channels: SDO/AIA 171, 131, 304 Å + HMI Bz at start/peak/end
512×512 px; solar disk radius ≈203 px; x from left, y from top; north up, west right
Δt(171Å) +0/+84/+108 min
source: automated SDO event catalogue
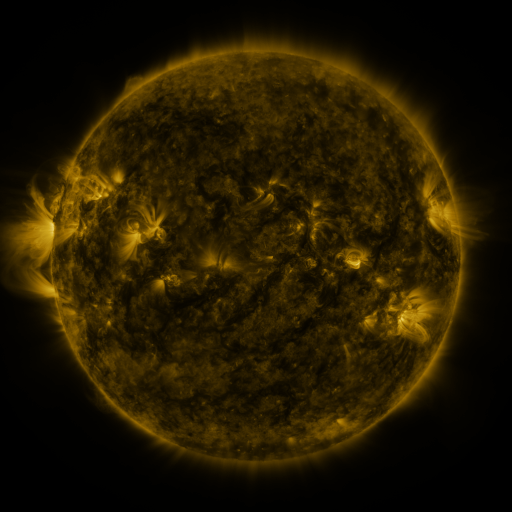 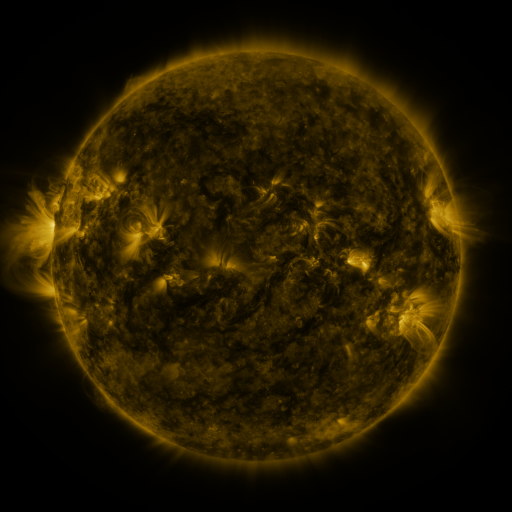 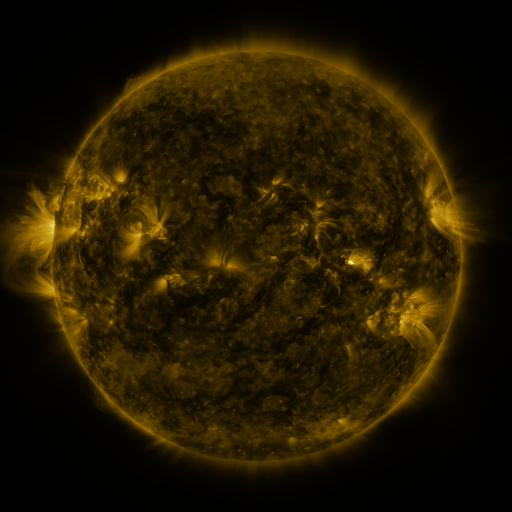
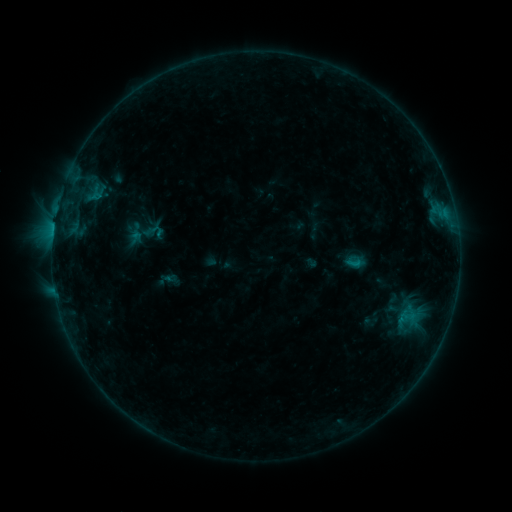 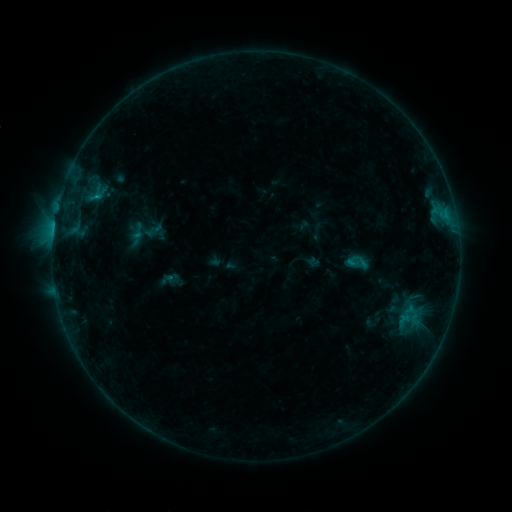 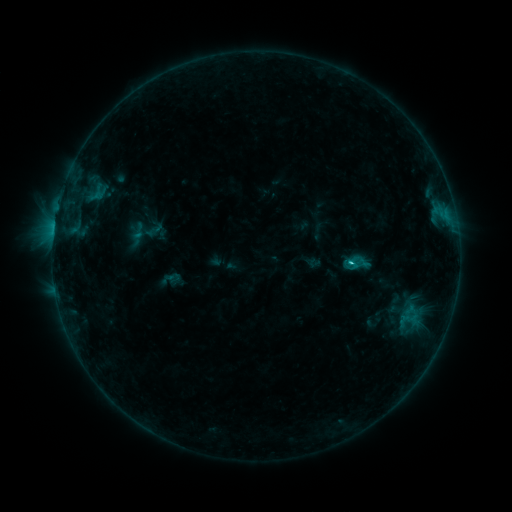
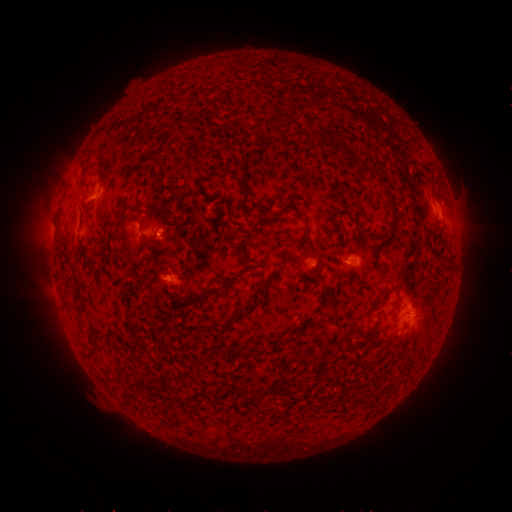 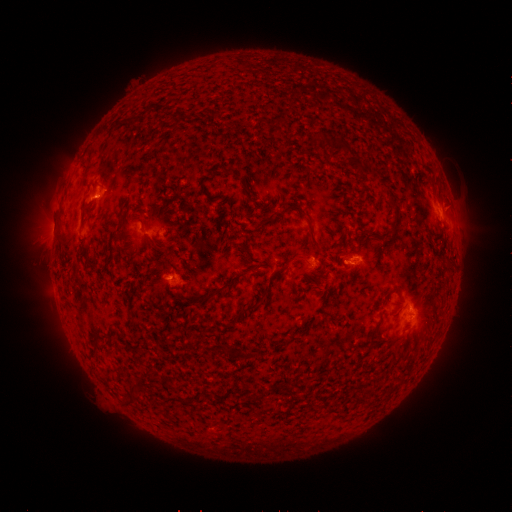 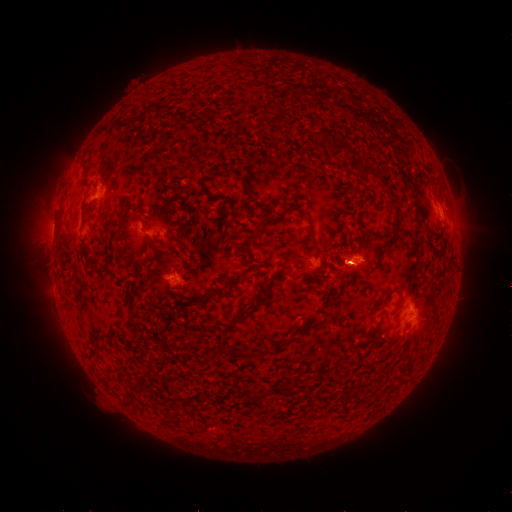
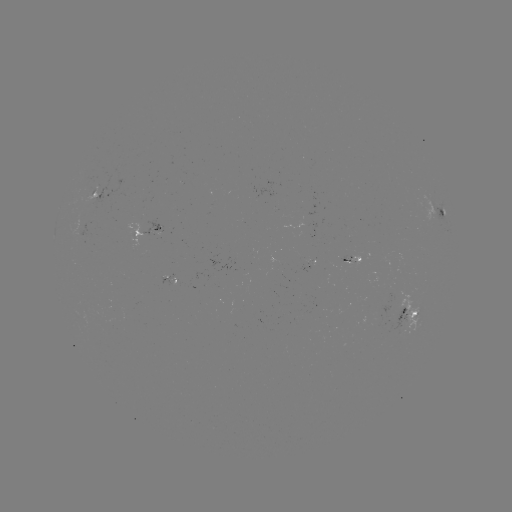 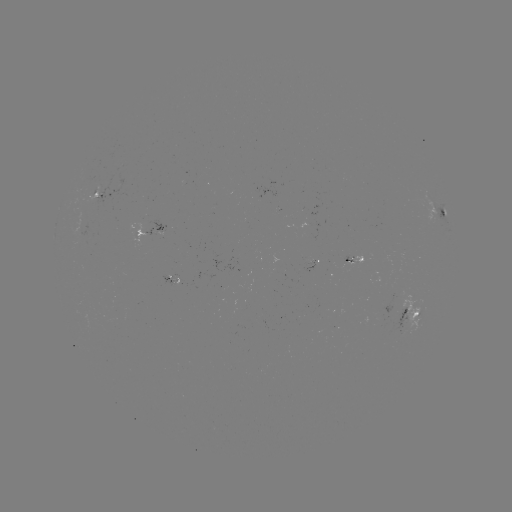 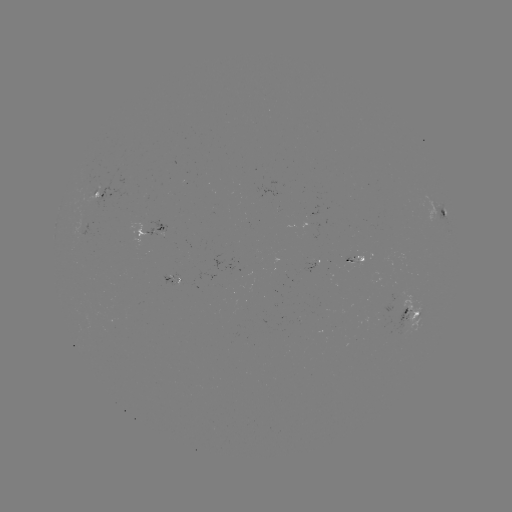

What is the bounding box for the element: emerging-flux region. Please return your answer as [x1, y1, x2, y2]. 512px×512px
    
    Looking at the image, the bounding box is [384, 297, 420, 336].